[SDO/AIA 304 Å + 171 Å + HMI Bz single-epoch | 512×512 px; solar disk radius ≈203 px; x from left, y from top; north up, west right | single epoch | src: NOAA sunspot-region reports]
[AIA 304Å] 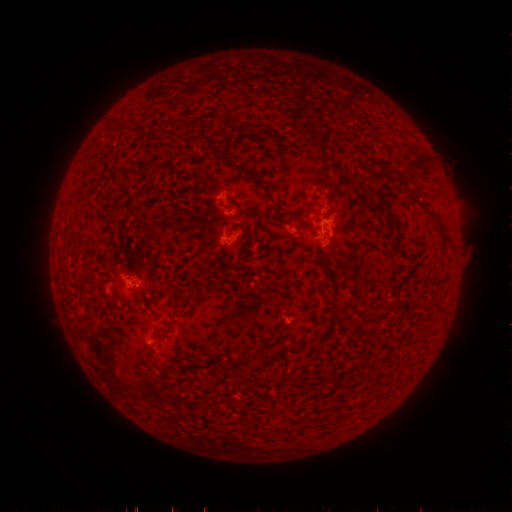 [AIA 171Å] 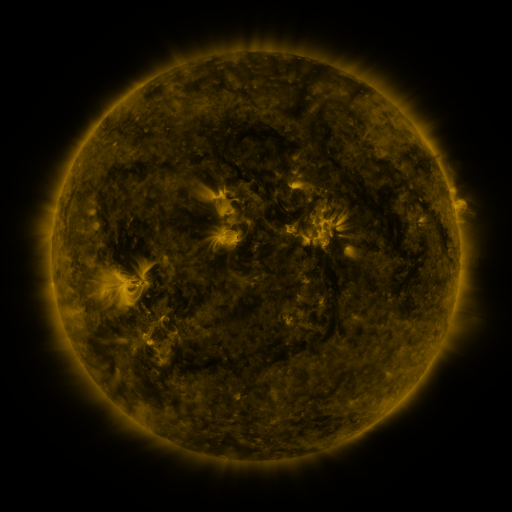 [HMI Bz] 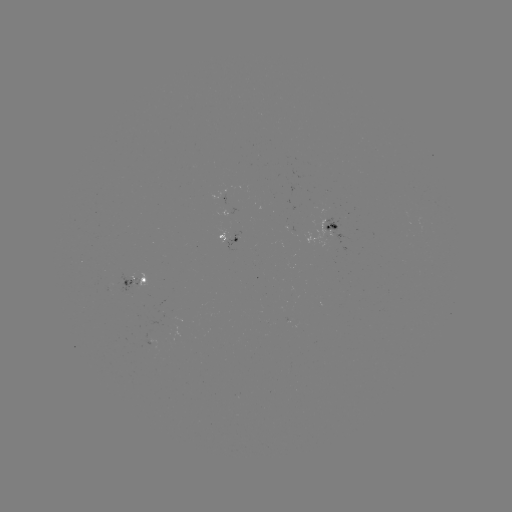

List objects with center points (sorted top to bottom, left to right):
spotted active region: (334, 230)
spotted active region: (234, 241)
spotted active region: (134, 283)
